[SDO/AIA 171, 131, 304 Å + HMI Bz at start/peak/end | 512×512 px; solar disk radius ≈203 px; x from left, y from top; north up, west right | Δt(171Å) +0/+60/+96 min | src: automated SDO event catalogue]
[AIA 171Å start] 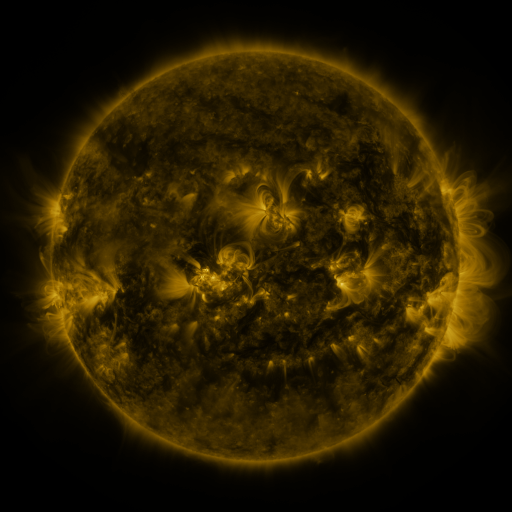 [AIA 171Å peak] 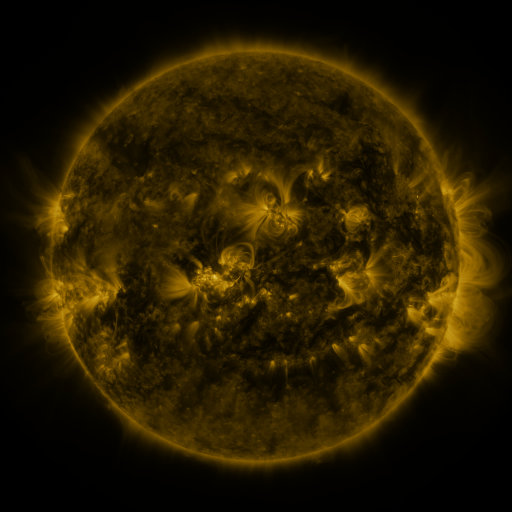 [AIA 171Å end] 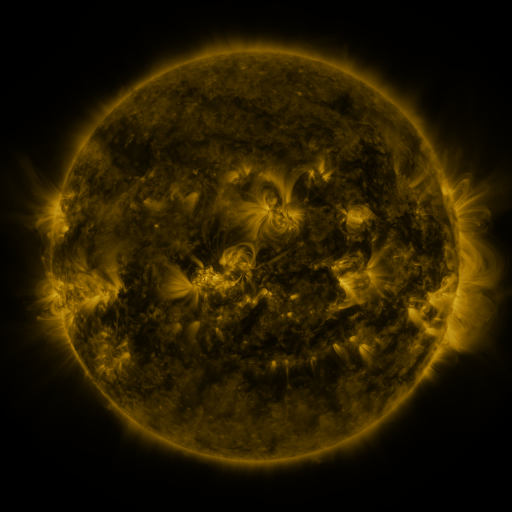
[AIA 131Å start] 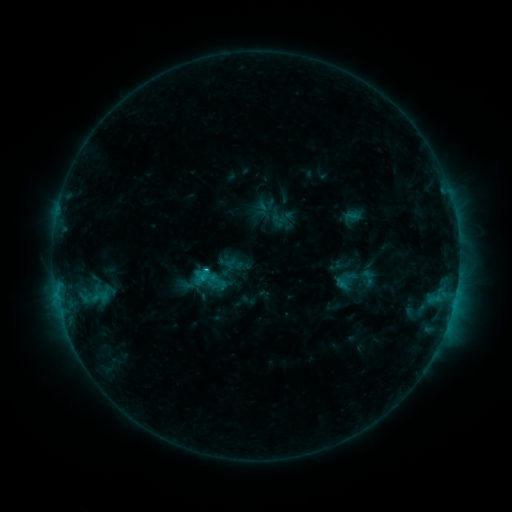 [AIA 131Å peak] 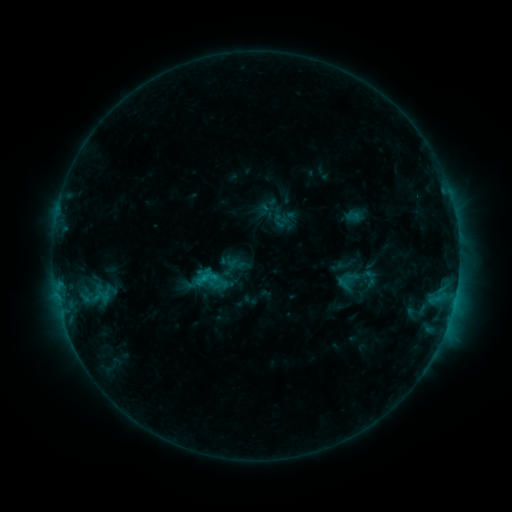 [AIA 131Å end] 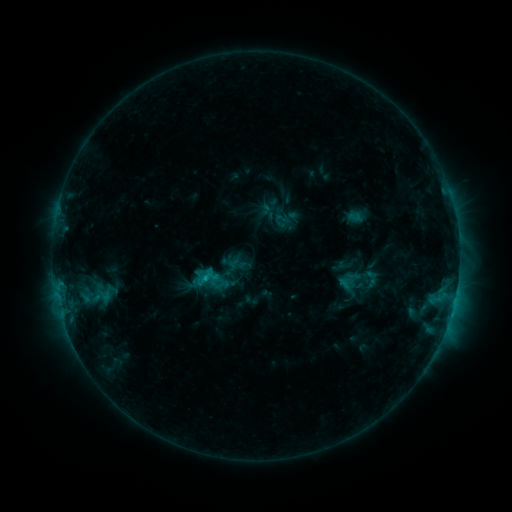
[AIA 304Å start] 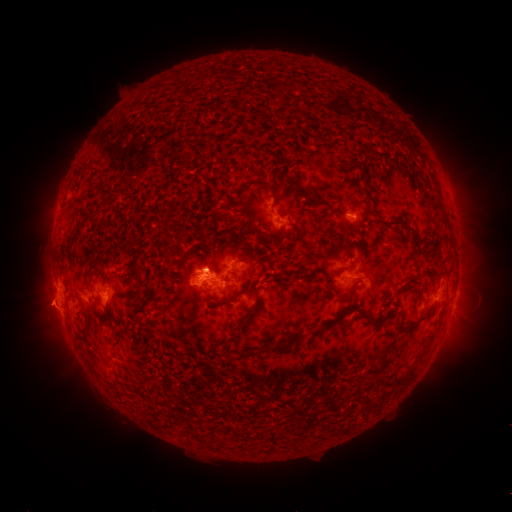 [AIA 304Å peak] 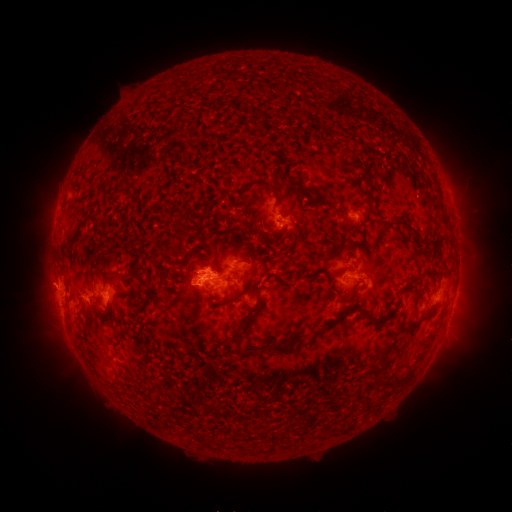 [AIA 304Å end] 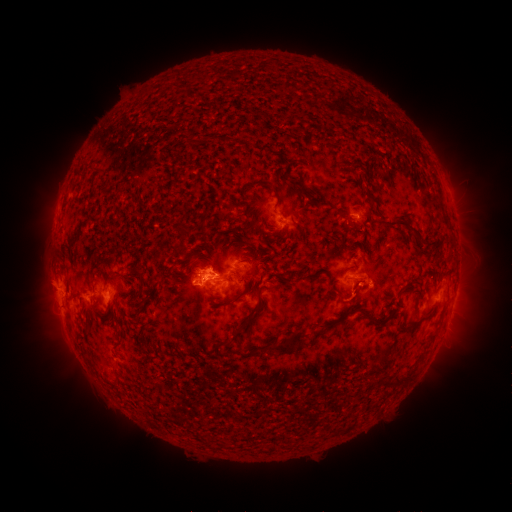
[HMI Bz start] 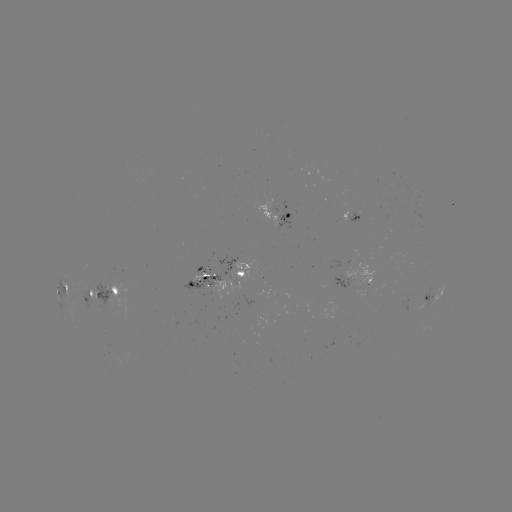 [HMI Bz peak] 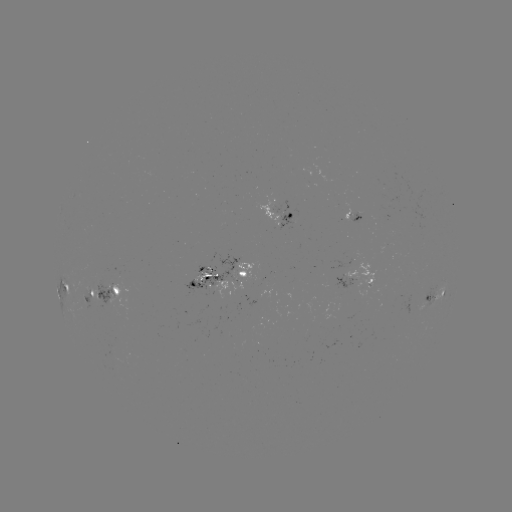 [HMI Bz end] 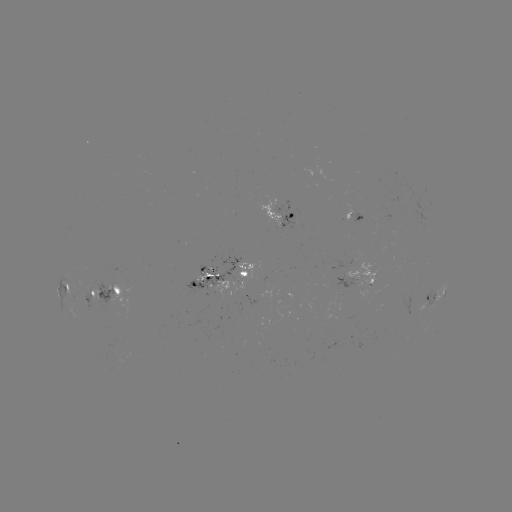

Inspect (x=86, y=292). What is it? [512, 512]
emerging-flux region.